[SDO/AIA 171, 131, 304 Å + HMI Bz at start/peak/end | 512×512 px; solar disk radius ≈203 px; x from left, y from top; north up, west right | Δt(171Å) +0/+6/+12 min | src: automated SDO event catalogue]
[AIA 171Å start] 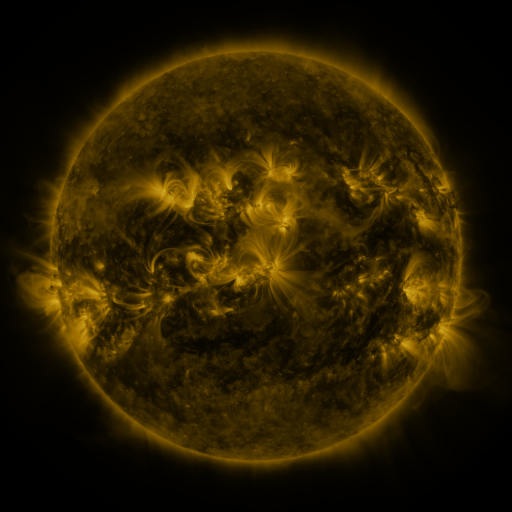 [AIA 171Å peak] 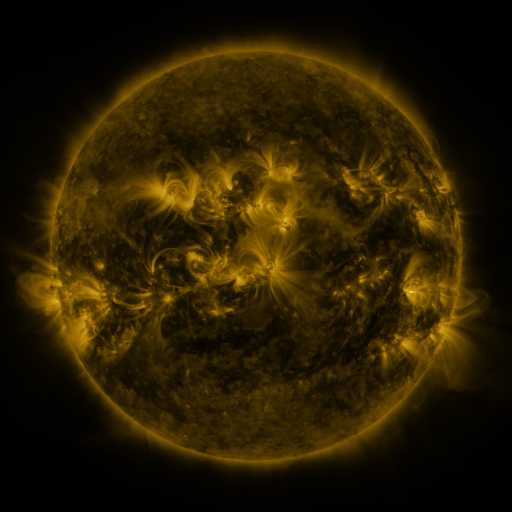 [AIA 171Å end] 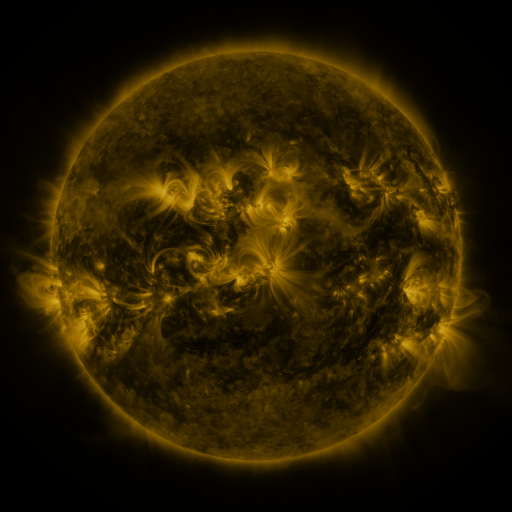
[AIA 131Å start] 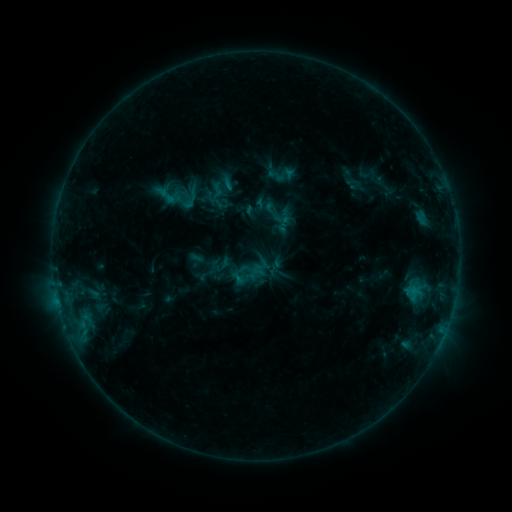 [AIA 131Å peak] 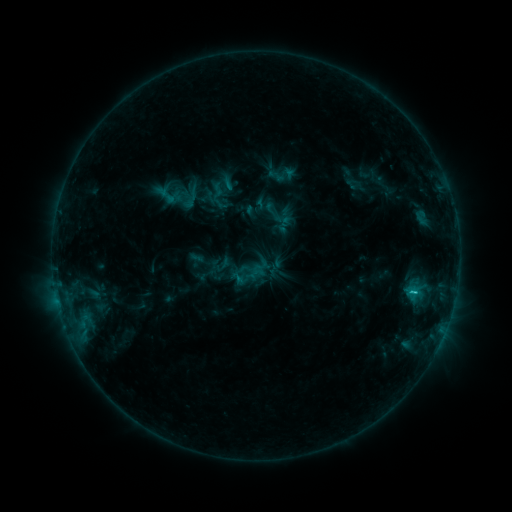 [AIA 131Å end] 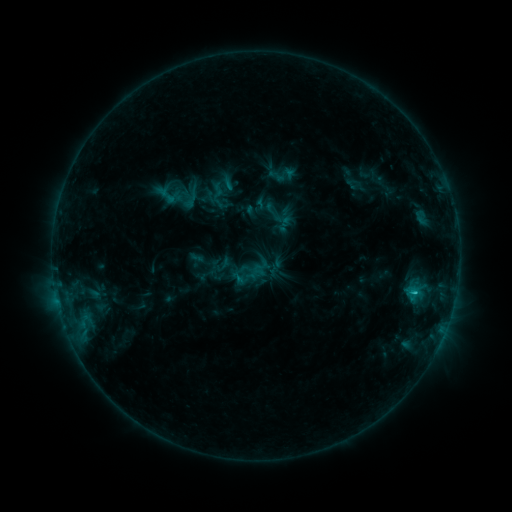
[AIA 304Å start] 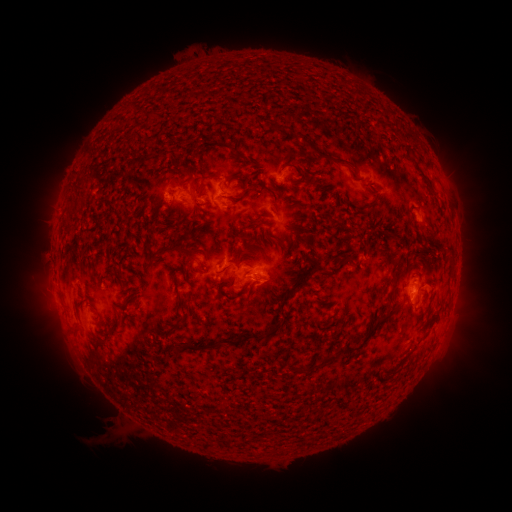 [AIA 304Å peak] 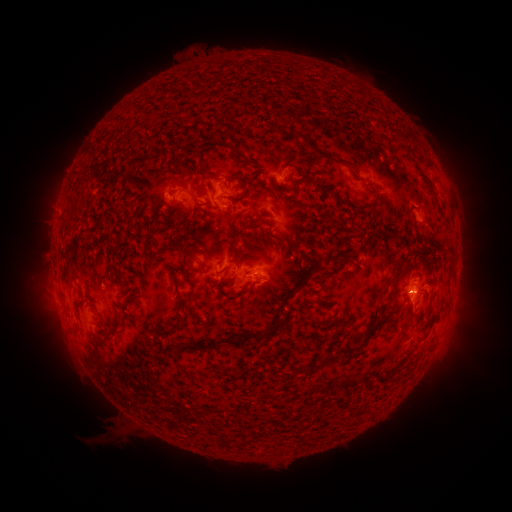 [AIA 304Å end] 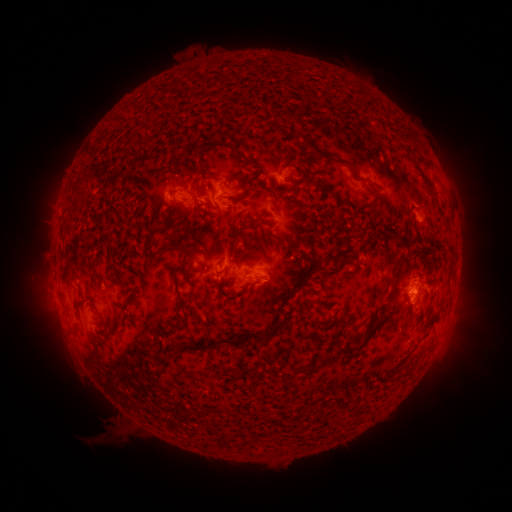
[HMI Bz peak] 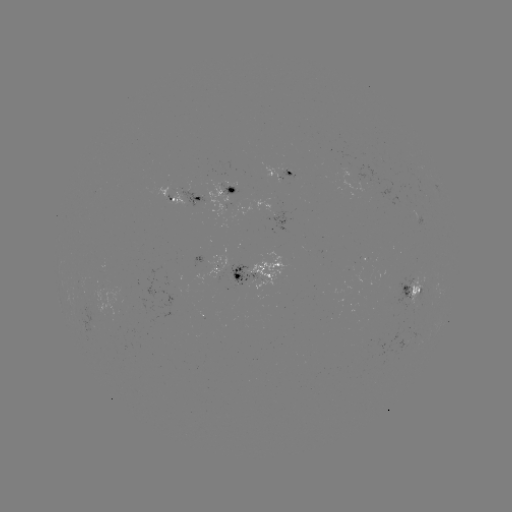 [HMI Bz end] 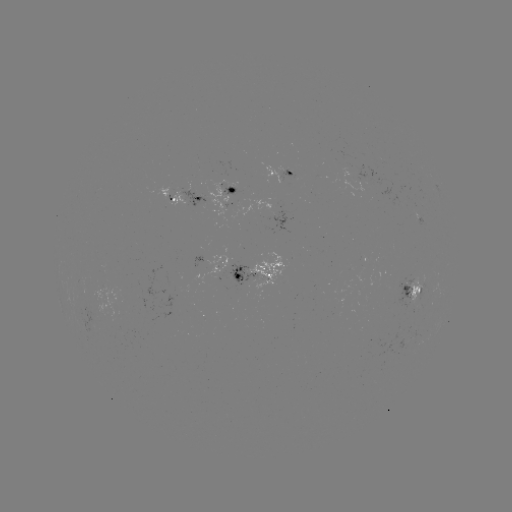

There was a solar flare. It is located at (413, 291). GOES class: C1.0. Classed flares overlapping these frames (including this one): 1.